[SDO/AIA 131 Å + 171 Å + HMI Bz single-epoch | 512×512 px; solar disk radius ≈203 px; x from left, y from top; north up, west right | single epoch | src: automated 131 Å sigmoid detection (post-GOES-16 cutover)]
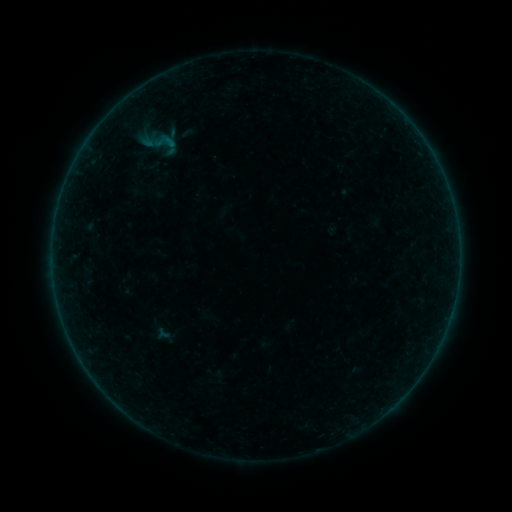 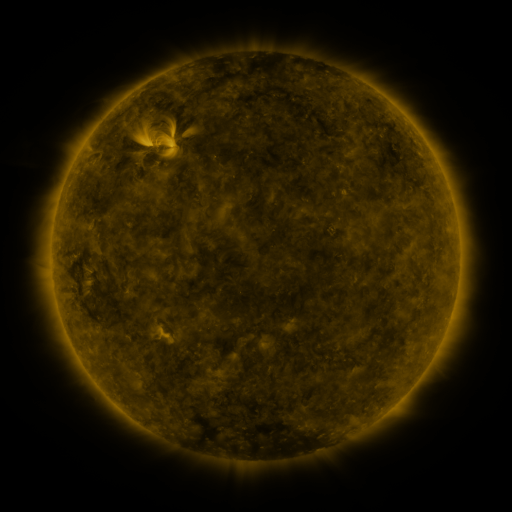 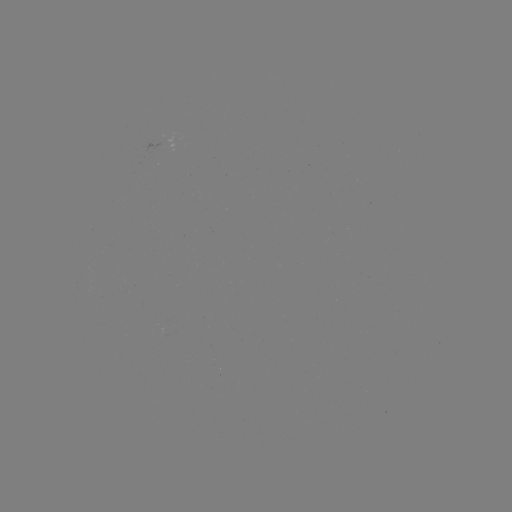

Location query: sigmoid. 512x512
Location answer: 164,142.